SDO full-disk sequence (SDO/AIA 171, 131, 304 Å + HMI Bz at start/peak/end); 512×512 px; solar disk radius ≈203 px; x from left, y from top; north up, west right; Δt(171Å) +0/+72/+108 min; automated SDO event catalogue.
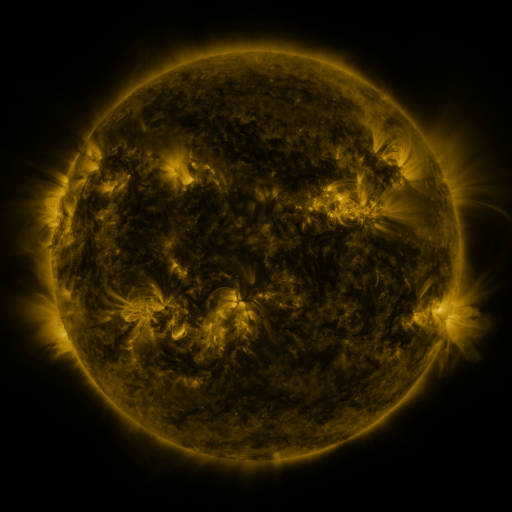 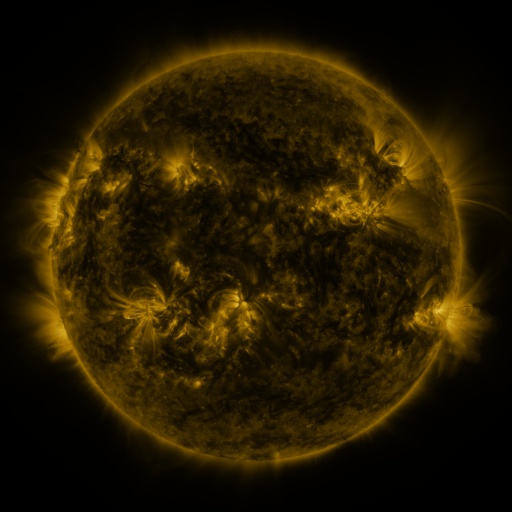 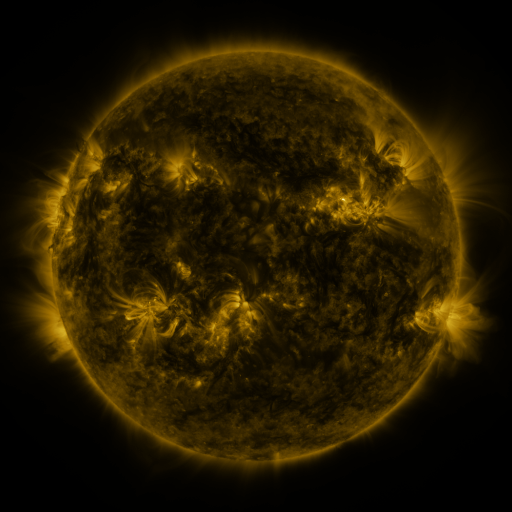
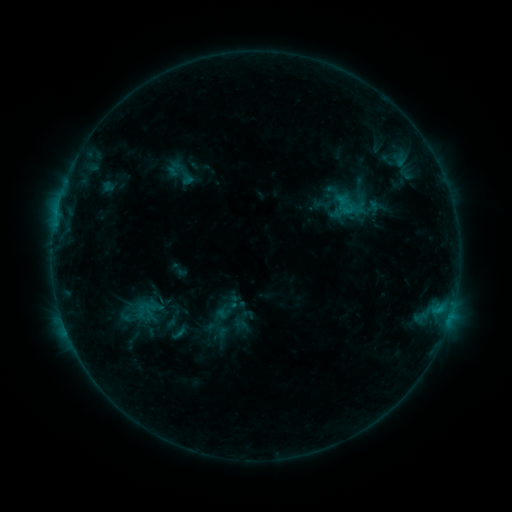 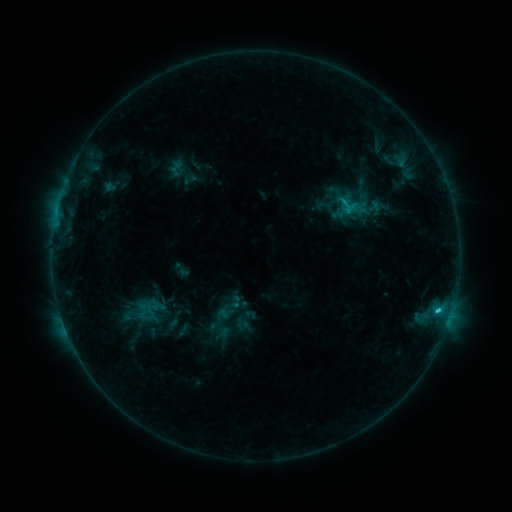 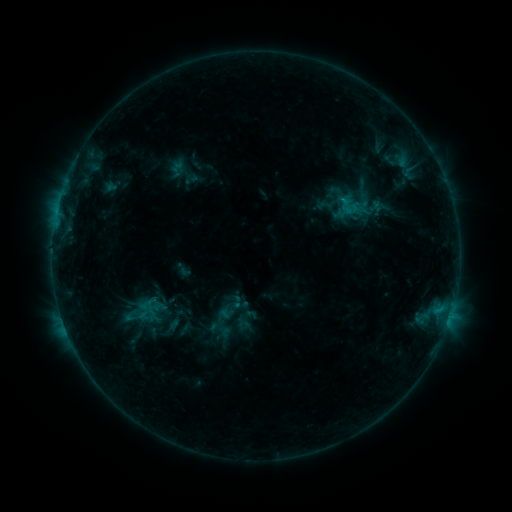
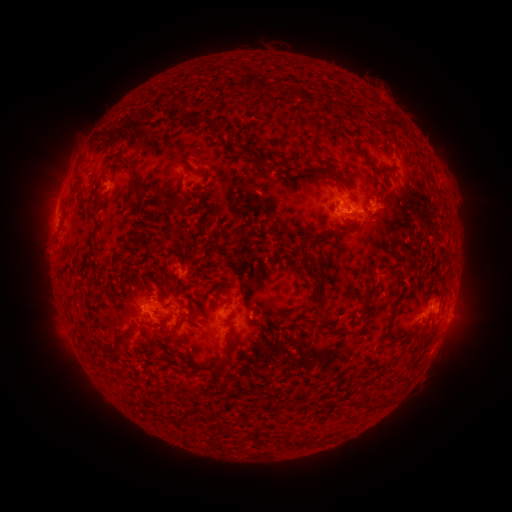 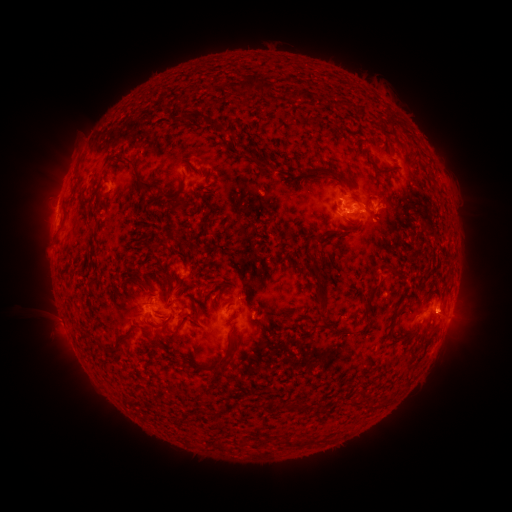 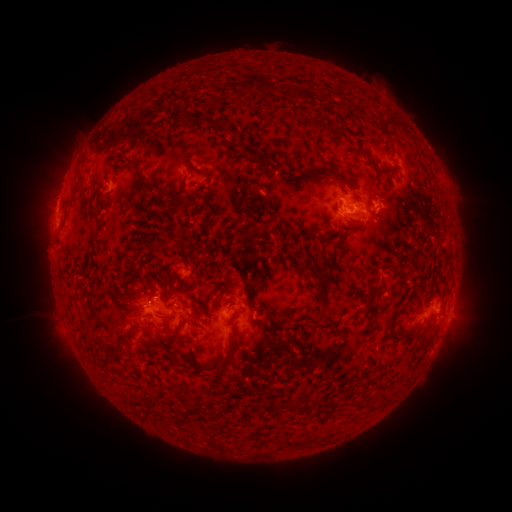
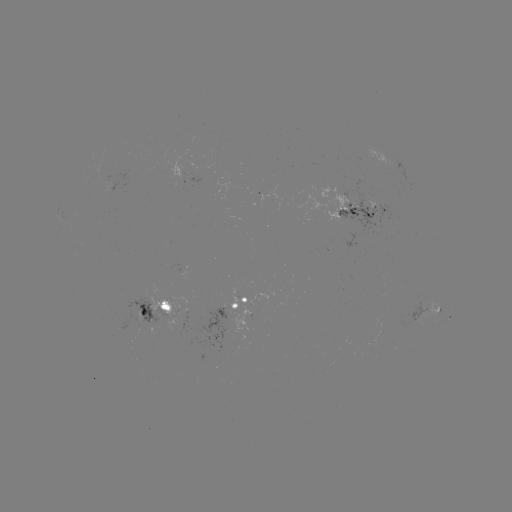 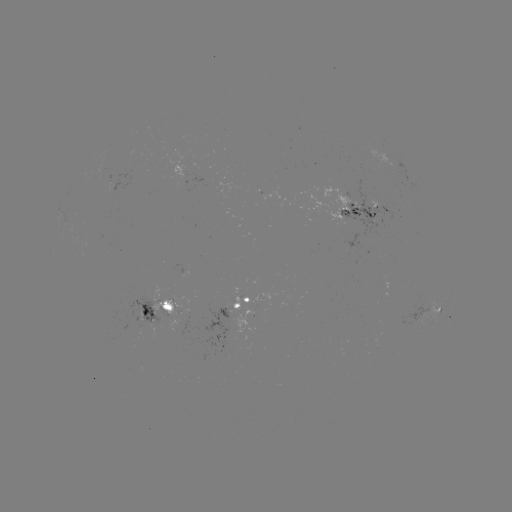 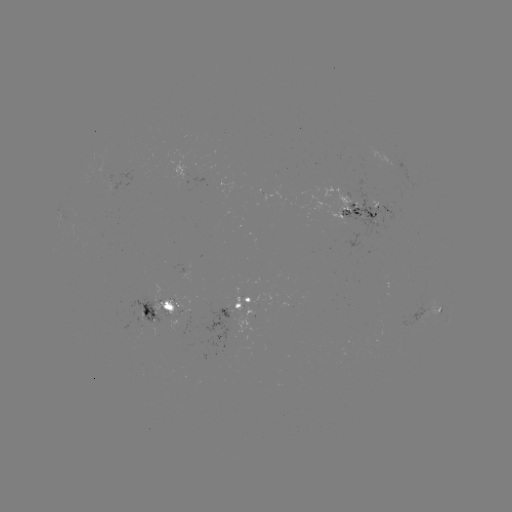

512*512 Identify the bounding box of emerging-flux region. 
[122, 297, 173, 331].